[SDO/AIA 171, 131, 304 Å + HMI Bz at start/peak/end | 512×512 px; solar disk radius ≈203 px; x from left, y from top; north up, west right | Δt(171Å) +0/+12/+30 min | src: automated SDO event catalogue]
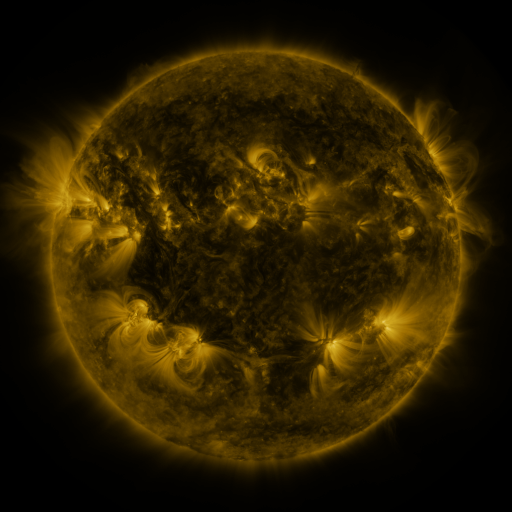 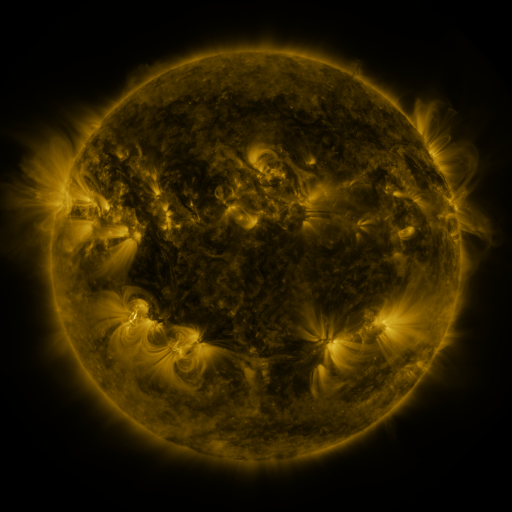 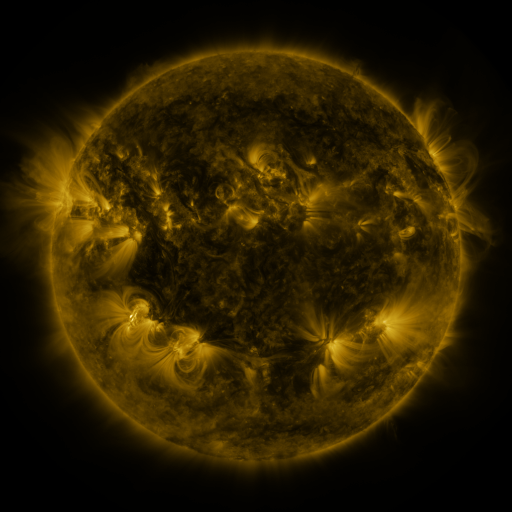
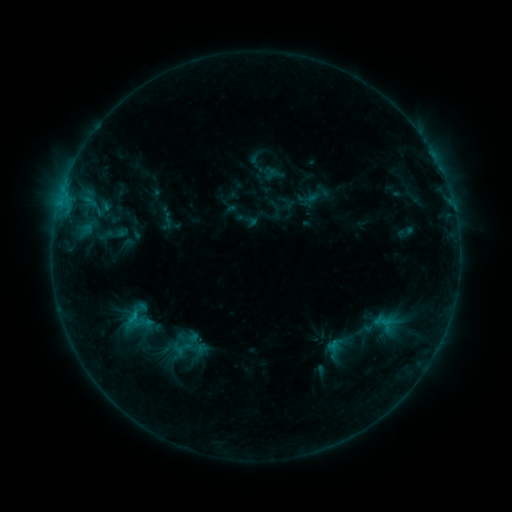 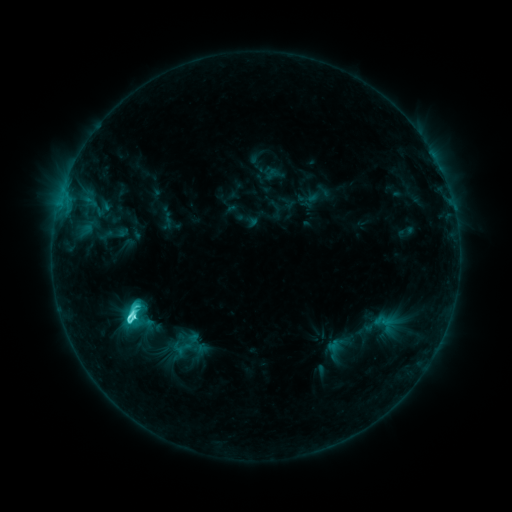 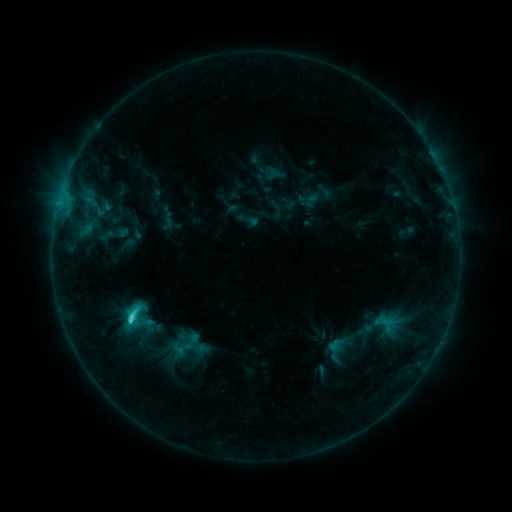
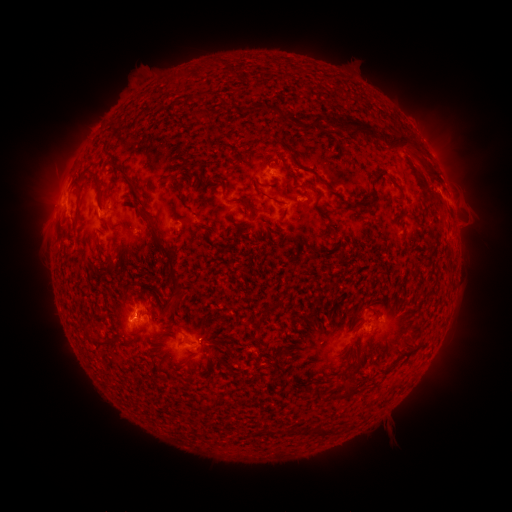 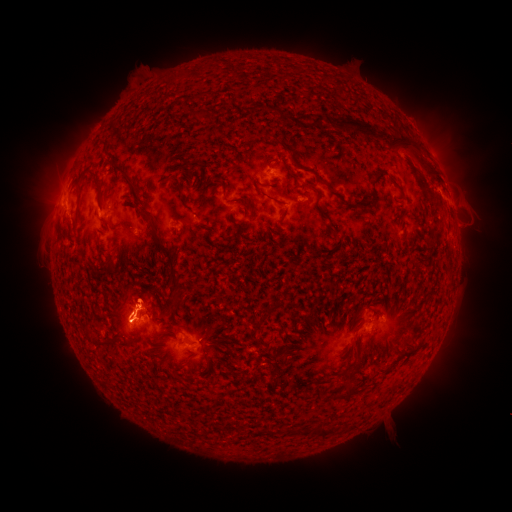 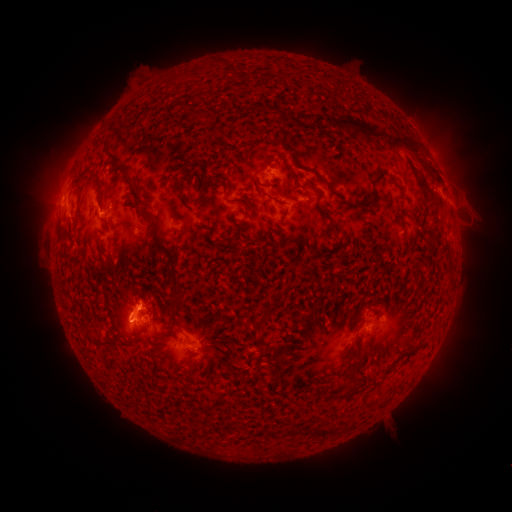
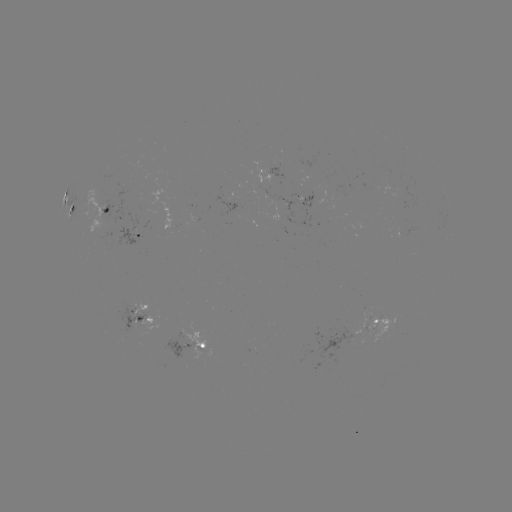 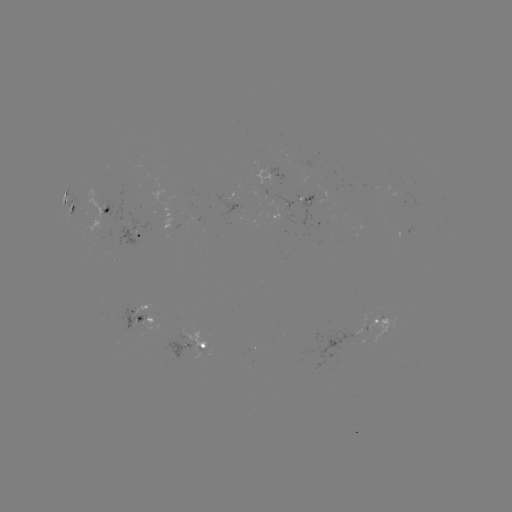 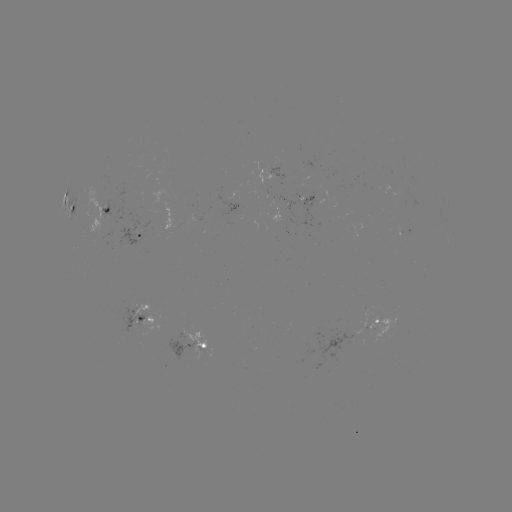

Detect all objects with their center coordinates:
C6.1 flare: (134, 314)
